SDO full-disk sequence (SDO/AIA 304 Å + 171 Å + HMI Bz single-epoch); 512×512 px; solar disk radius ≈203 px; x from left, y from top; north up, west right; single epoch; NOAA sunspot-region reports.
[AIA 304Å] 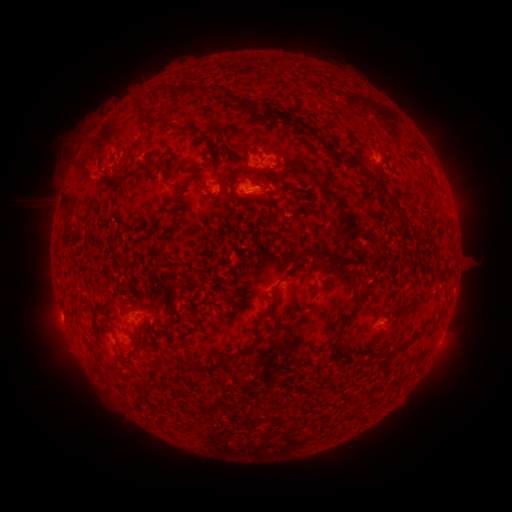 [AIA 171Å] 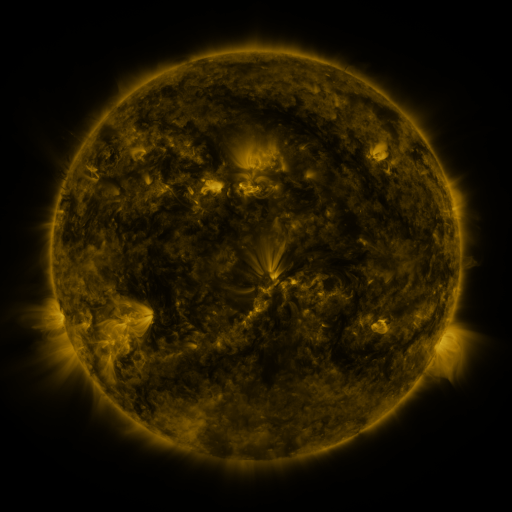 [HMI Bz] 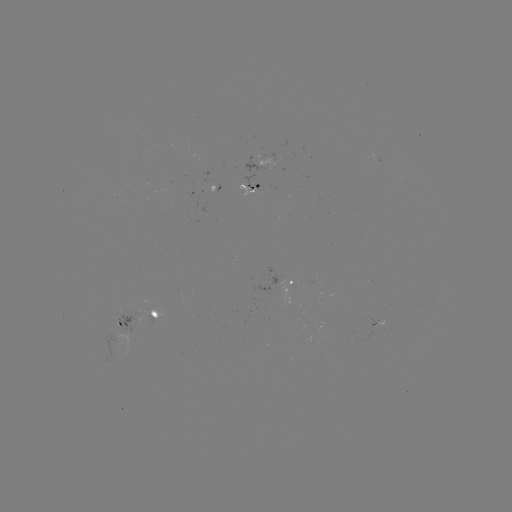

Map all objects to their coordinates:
spotted active region: (269, 160)
spotted active region: (259, 190)
spotted active region: (290, 278)
spotted active region: (135, 318)
